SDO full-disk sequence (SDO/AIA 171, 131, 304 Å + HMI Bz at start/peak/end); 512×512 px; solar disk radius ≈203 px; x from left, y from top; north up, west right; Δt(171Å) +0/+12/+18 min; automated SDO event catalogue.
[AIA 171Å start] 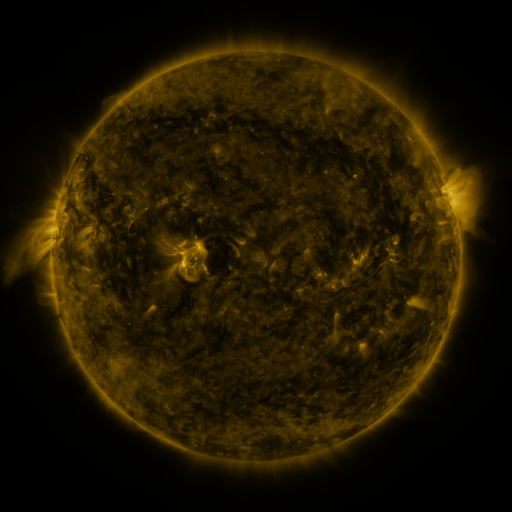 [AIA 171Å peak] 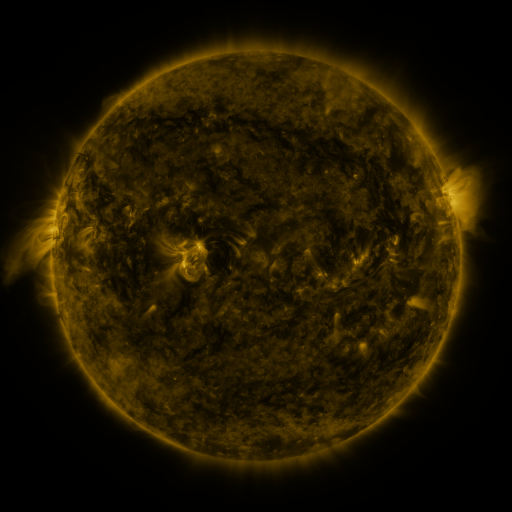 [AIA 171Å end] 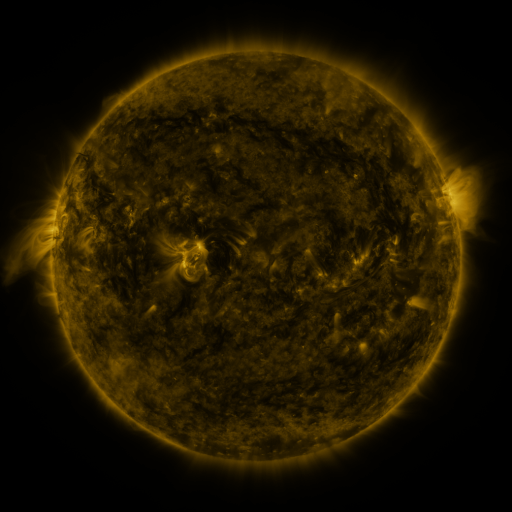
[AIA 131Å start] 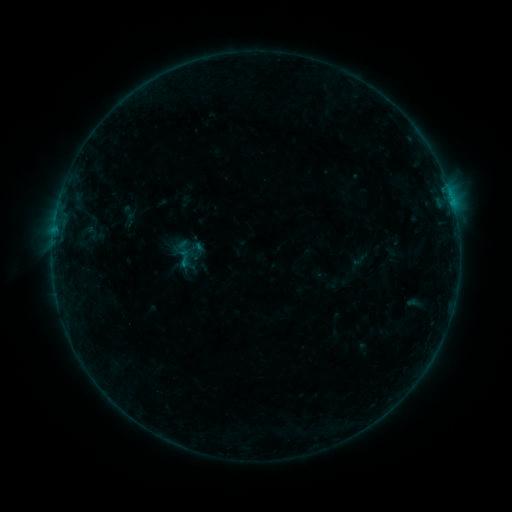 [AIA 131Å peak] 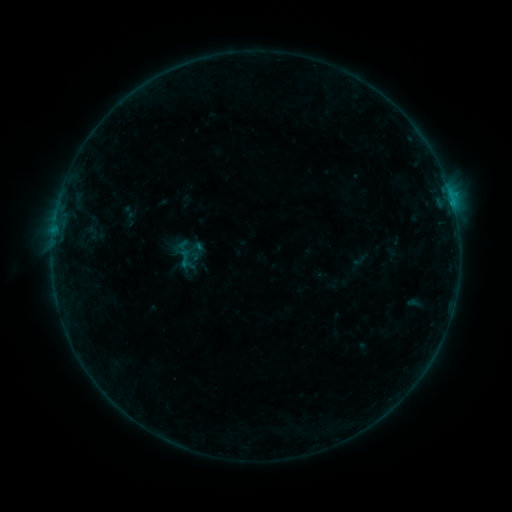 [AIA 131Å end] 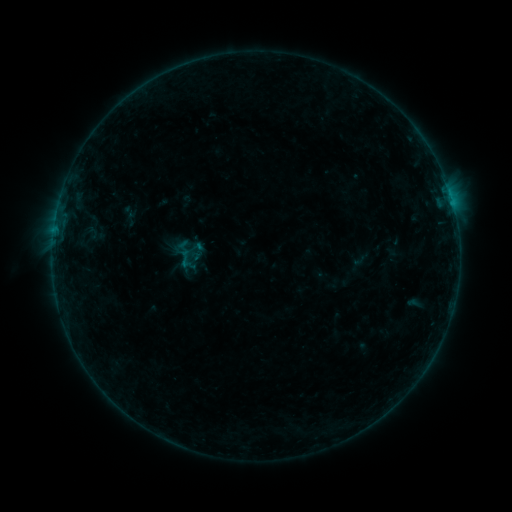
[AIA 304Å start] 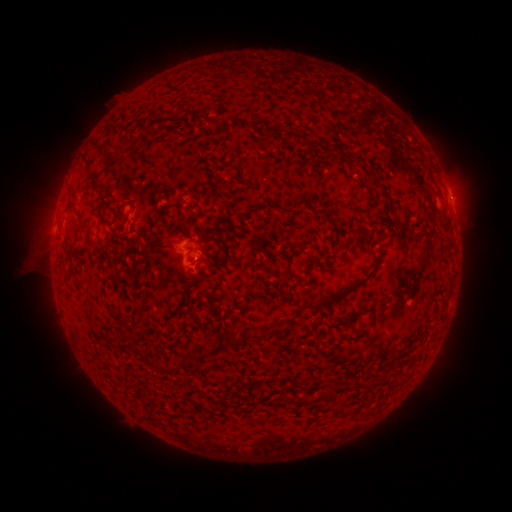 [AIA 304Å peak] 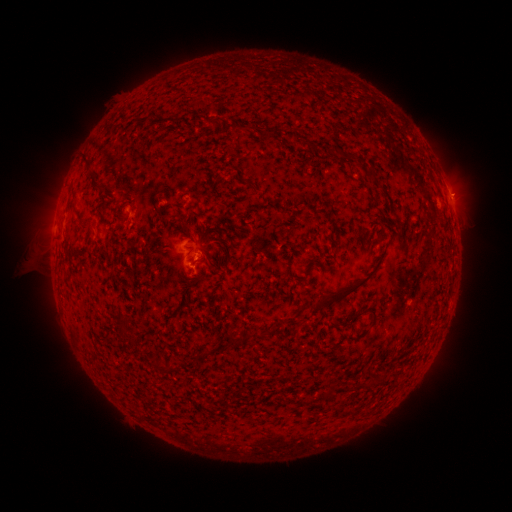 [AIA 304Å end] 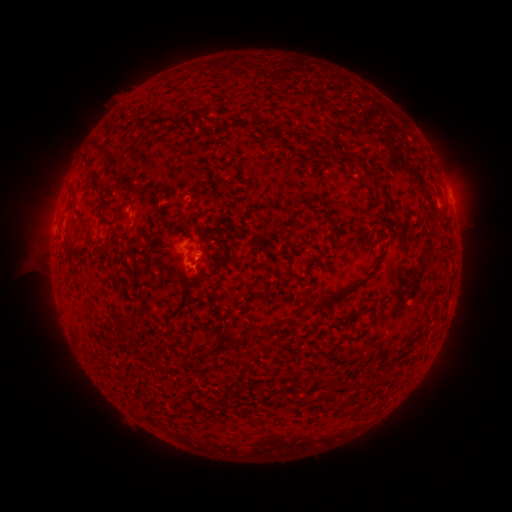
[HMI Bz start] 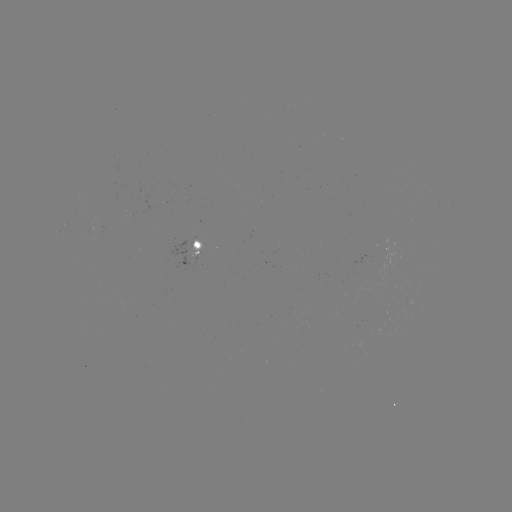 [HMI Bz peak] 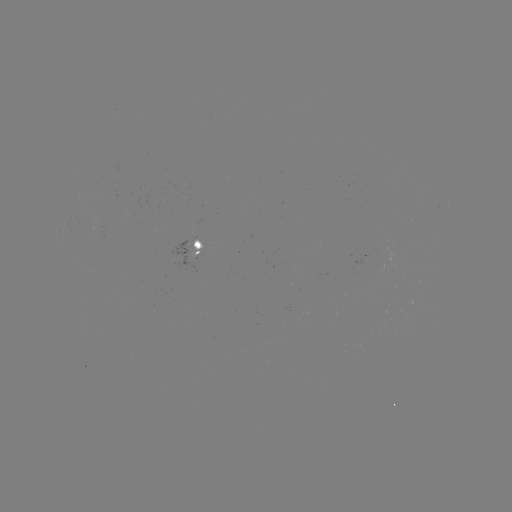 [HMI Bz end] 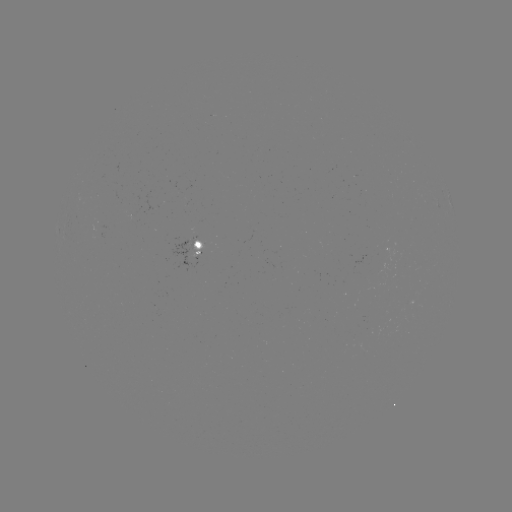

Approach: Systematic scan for B2.6 flare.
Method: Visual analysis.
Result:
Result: B2.6 flare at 451,199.